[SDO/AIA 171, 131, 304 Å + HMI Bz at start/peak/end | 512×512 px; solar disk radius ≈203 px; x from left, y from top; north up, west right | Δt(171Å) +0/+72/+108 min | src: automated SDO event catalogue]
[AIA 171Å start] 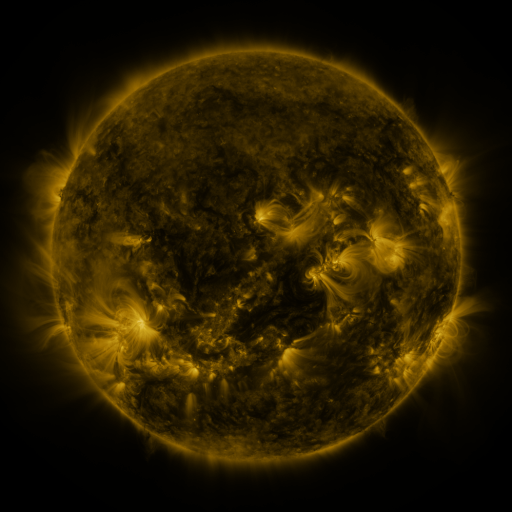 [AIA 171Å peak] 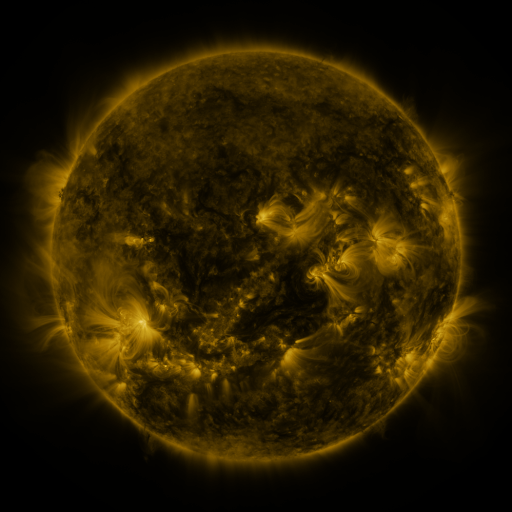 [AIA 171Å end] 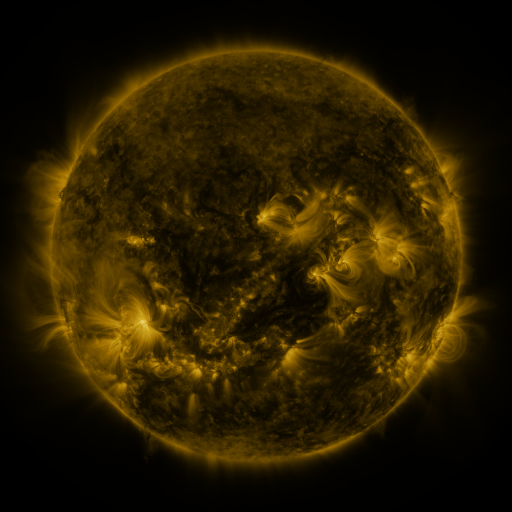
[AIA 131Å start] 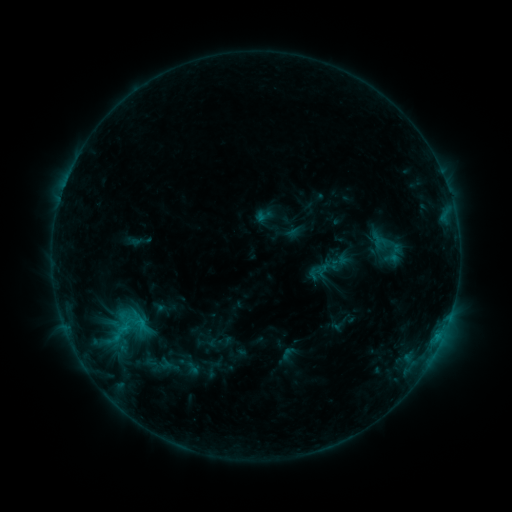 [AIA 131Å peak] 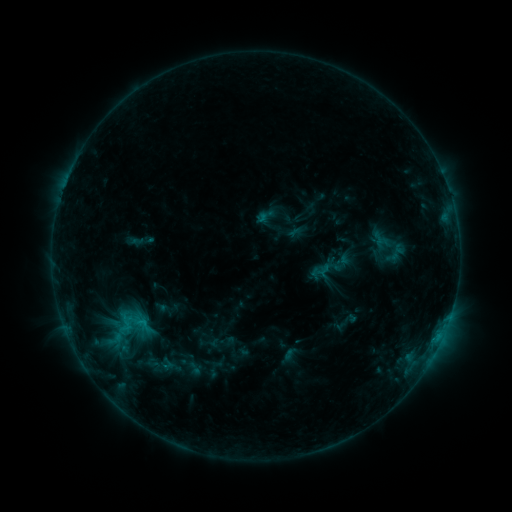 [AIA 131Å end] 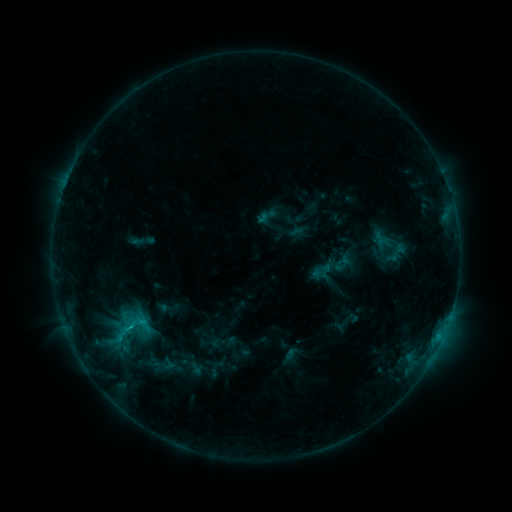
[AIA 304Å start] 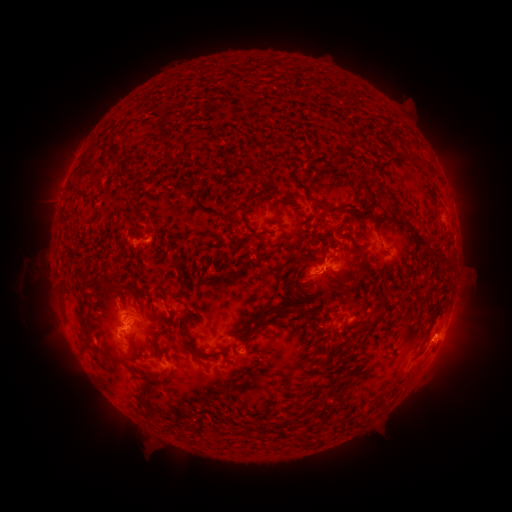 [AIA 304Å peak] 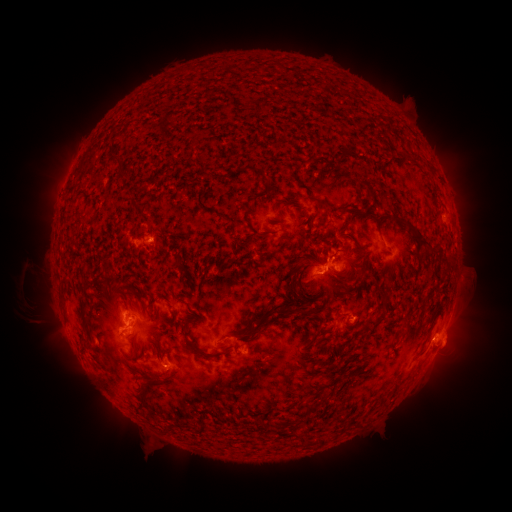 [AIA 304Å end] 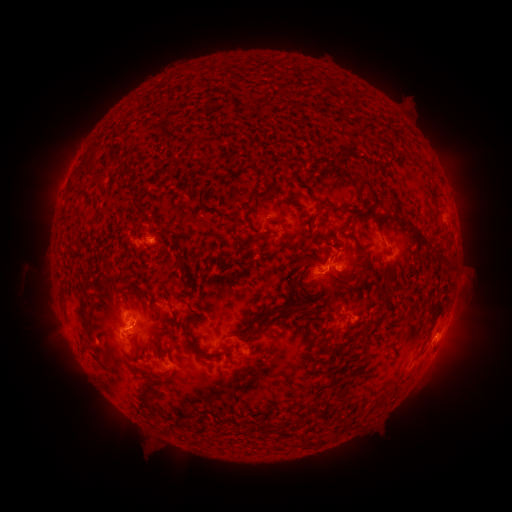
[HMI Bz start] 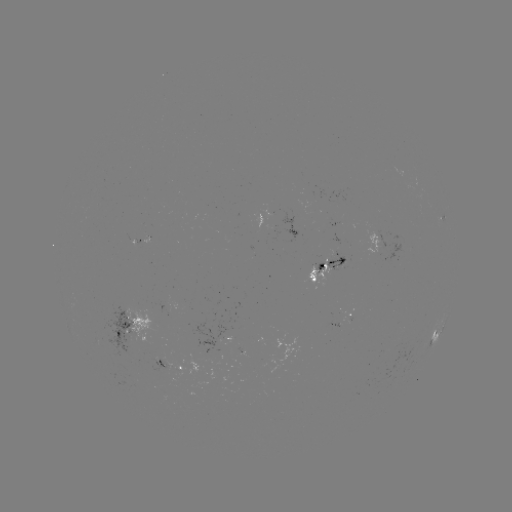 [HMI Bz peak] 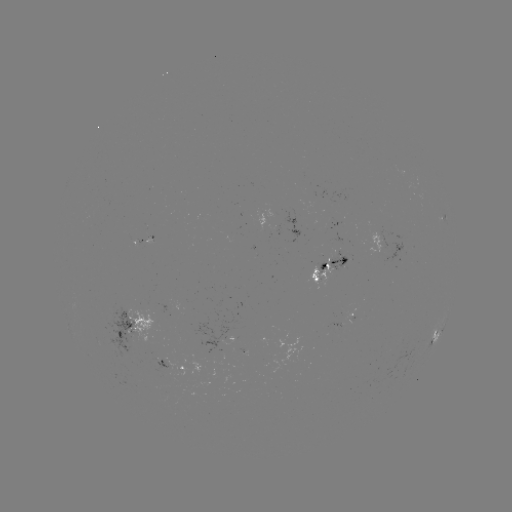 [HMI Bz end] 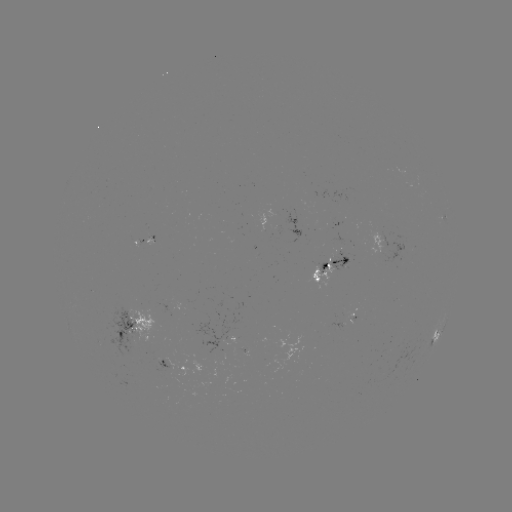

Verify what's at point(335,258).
emerging-flux region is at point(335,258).